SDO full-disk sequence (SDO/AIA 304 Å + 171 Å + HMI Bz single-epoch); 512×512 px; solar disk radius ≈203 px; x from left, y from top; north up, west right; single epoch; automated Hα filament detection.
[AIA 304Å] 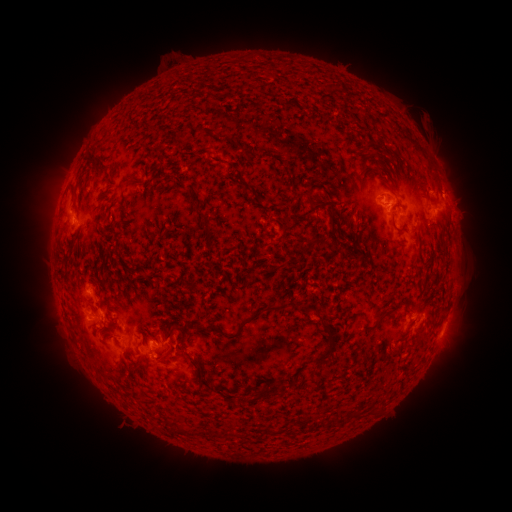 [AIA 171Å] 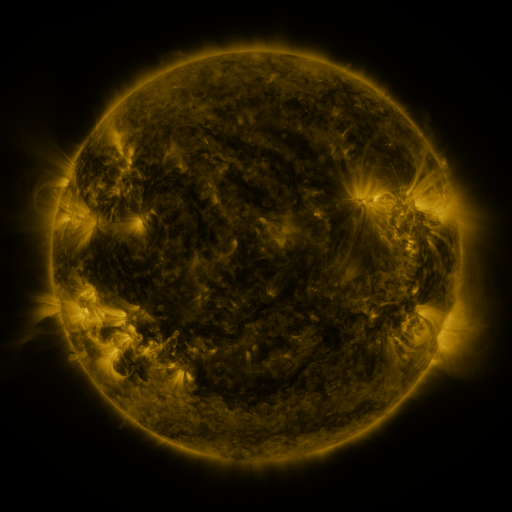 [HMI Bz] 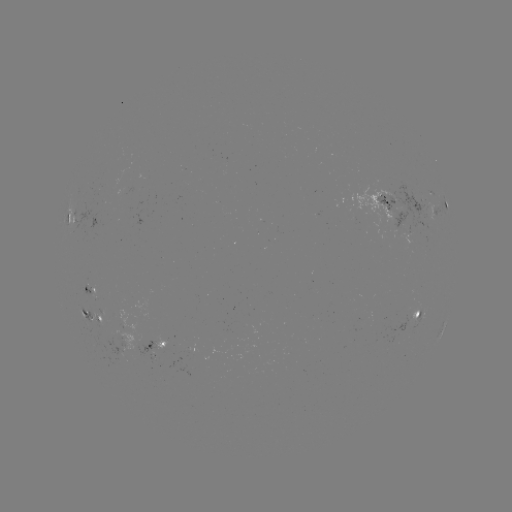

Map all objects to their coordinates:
filament: [321, 84, 329, 93]
filament: [240, 144, 249, 154]
filament: [225, 161, 233, 171]
filament: [93, 166, 106, 177]
filament: [286, 172, 293, 183]
filament: [121, 179, 138, 190]
filament: [69, 185, 76, 202]
filament: [300, 186, 311, 197]
filament: [322, 188, 331, 198]
filament: [312, 201, 324, 221]
filament: [328, 201, 337, 237]
filament: [119, 202, 126, 214]
filament: [199, 213, 210, 222]
filament: [397, 220, 406, 230]
filament: [337, 226, 344, 236]
filament: [312, 235, 327, 249]
filament: [157, 273, 166, 285]
filament: [228, 299, 296, 339]
filament: [376, 305, 397, 322]
filament: [167, 325, 179, 337]
filament: [214, 325, 224, 333]
filament: [311, 331, 339, 366]
filament: [156, 335, 189, 362]
filament: [133, 359, 145, 373]
filament: [261, 387, 285, 399]
filament: [355, 407, 365, 418]
filament: [331, 413, 340, 421]
filament: [264, 426, 277, 435]
